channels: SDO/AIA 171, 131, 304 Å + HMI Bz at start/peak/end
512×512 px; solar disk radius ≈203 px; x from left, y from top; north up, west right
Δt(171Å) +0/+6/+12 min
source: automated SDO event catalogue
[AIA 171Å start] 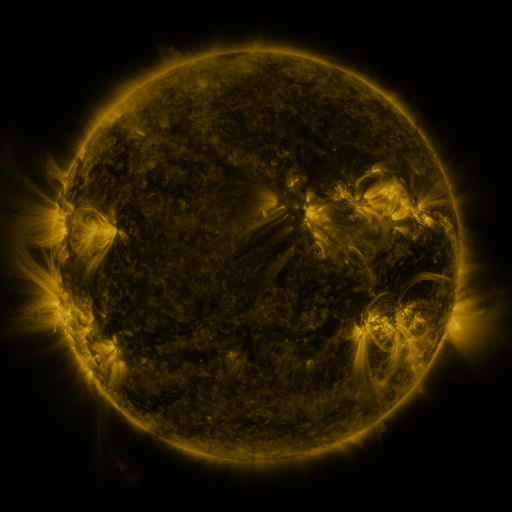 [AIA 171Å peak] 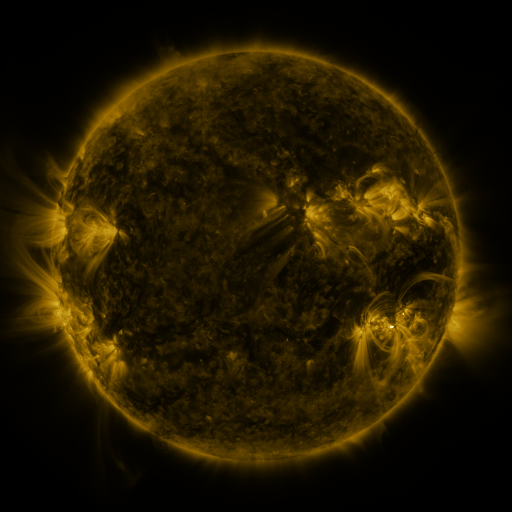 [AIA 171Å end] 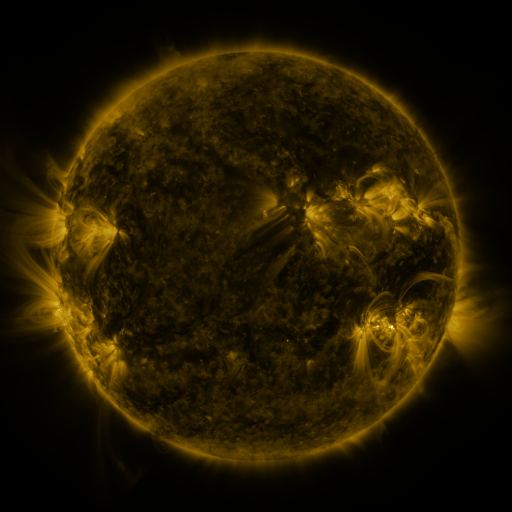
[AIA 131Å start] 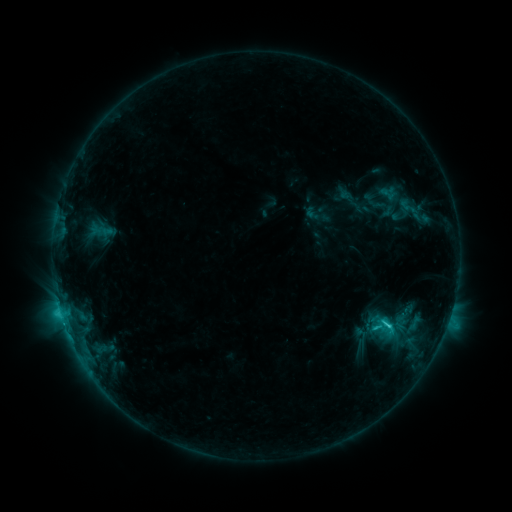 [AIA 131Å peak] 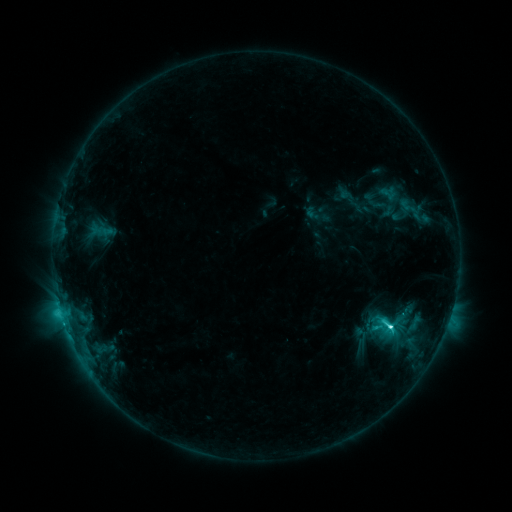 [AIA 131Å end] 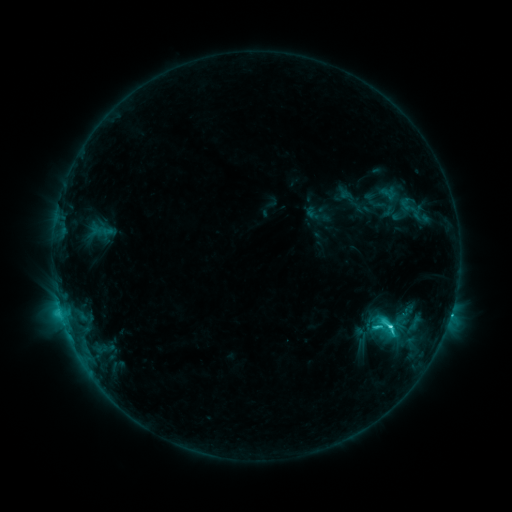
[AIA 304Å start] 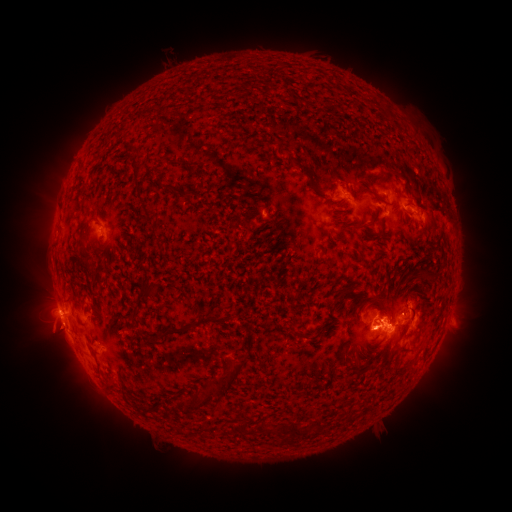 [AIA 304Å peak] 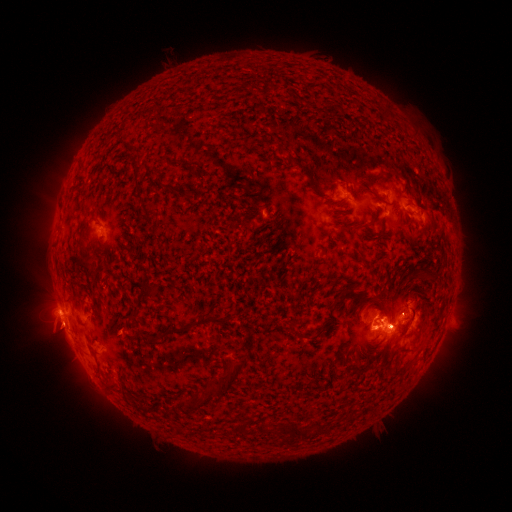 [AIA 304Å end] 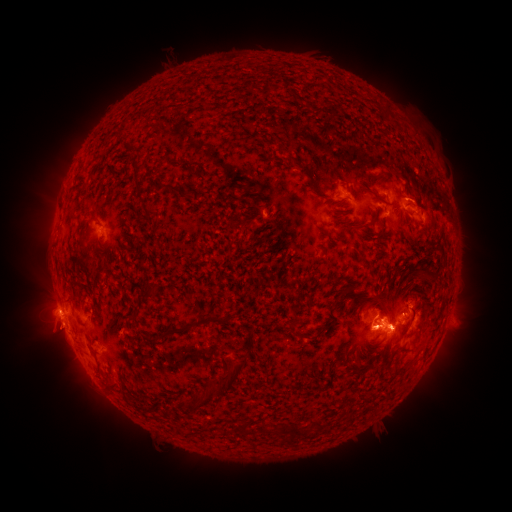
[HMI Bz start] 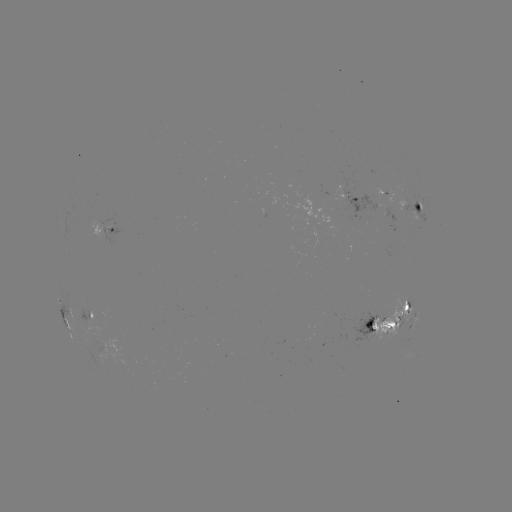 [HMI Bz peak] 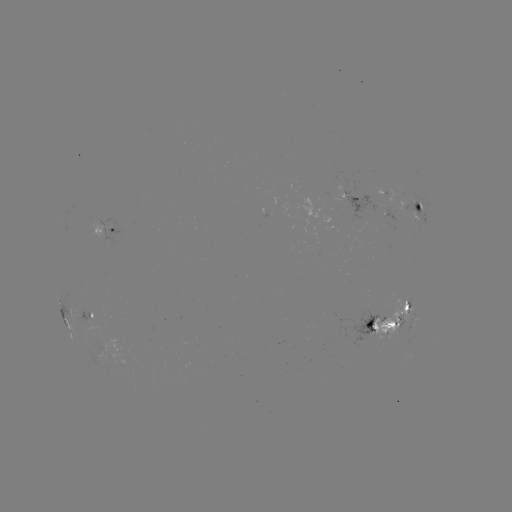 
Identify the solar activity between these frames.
C7.4 flare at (390, 327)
